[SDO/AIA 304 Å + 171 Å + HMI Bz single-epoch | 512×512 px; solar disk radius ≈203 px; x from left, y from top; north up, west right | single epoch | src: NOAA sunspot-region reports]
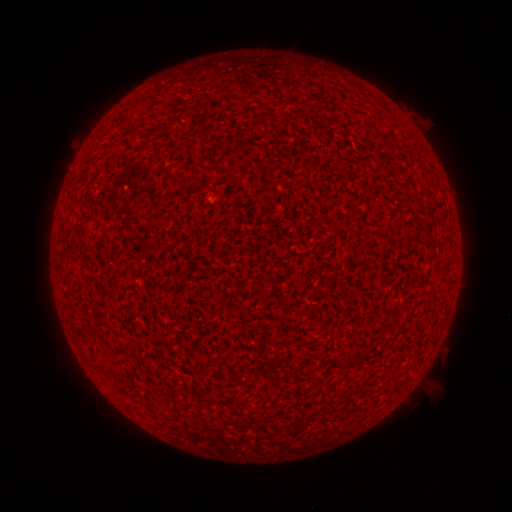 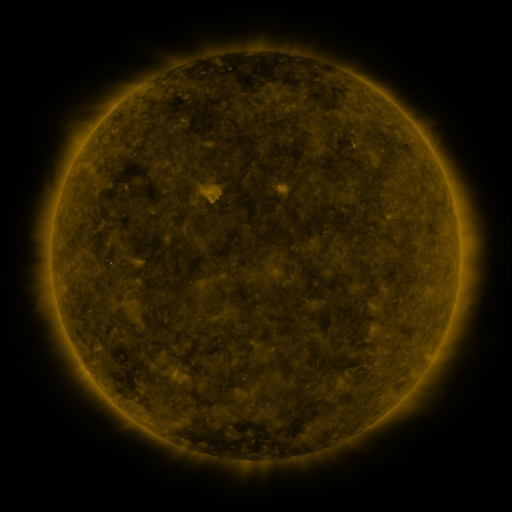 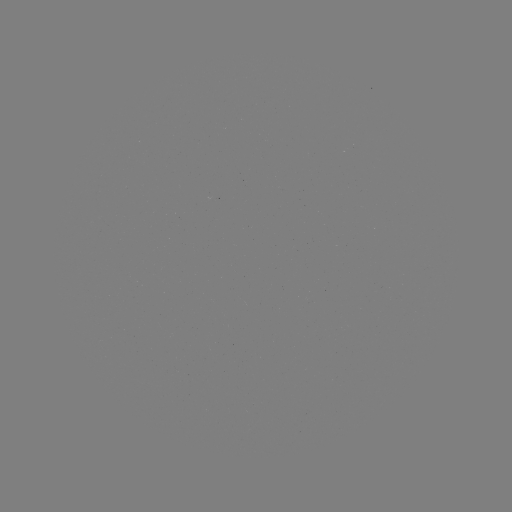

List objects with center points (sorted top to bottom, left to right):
(none)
